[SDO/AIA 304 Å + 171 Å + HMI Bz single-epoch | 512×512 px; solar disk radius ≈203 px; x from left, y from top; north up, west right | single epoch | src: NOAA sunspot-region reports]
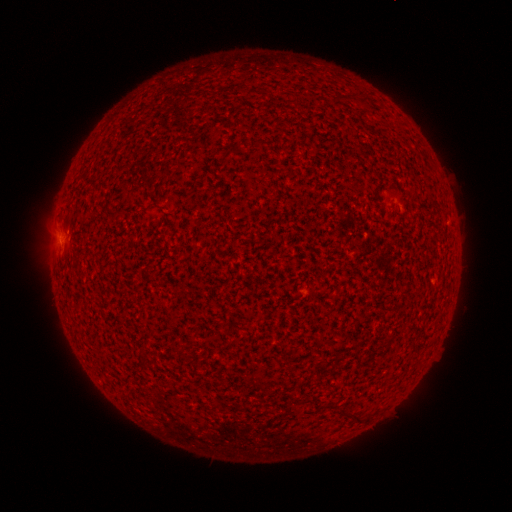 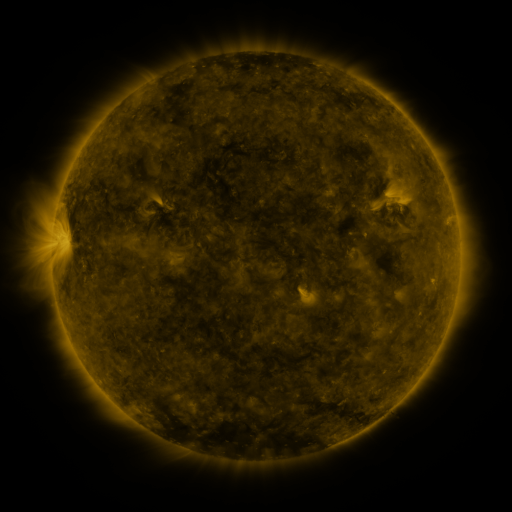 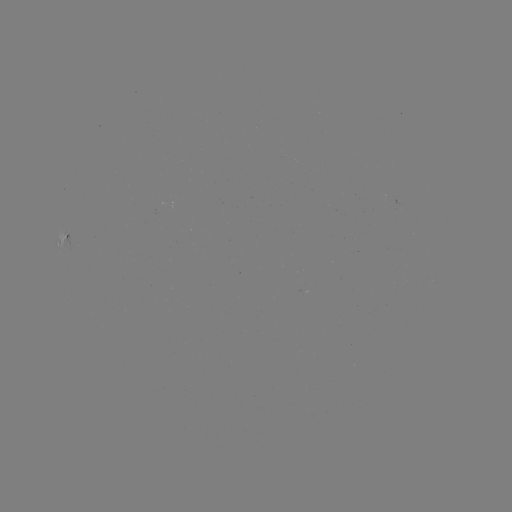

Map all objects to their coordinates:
spotted active region: (67, 234)
